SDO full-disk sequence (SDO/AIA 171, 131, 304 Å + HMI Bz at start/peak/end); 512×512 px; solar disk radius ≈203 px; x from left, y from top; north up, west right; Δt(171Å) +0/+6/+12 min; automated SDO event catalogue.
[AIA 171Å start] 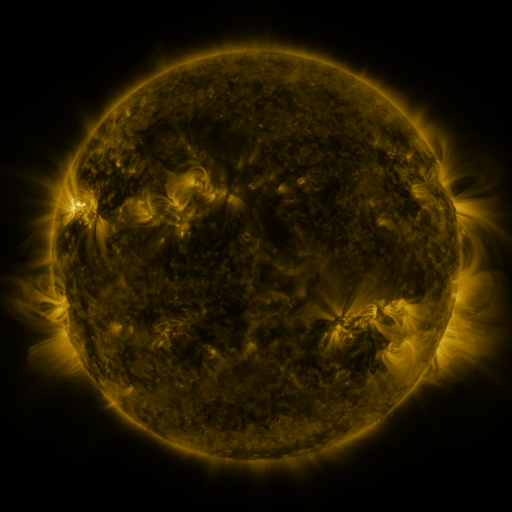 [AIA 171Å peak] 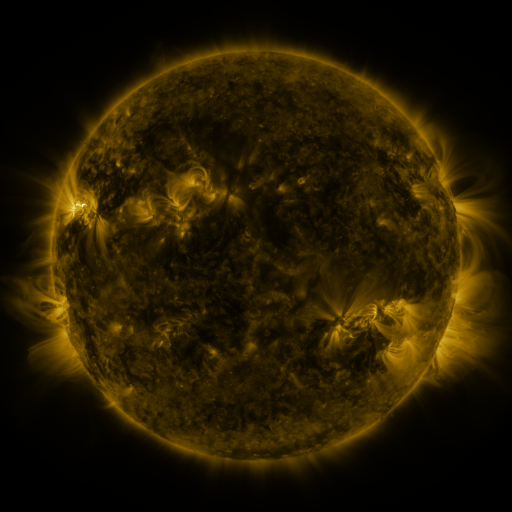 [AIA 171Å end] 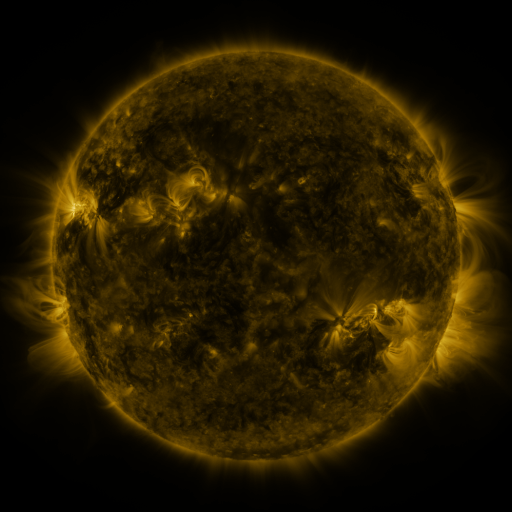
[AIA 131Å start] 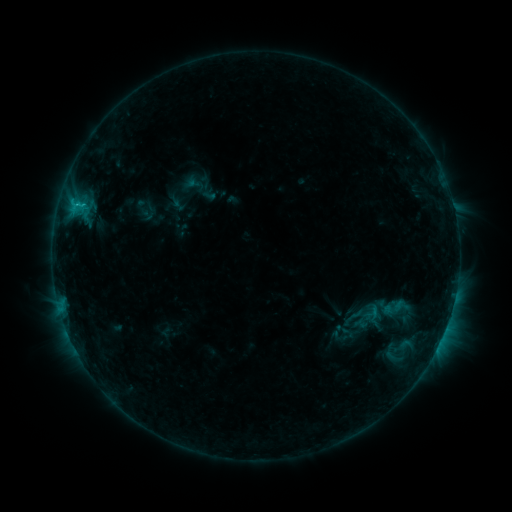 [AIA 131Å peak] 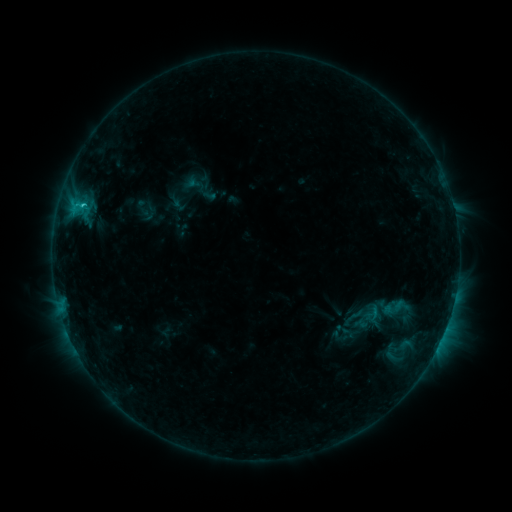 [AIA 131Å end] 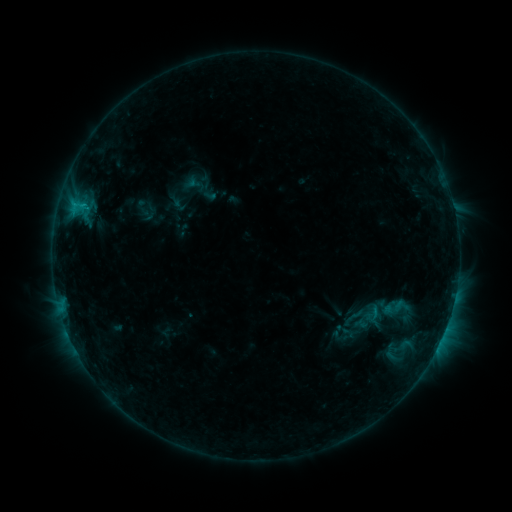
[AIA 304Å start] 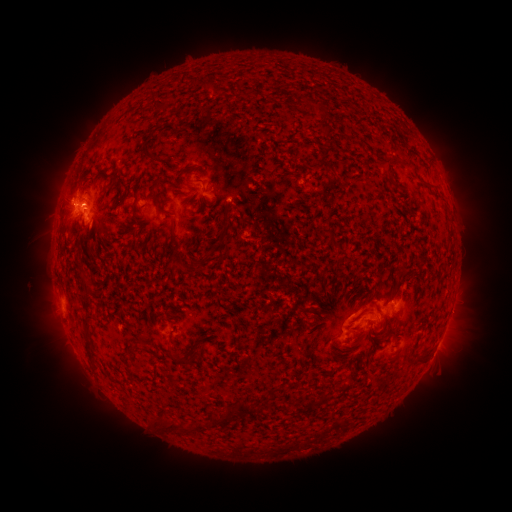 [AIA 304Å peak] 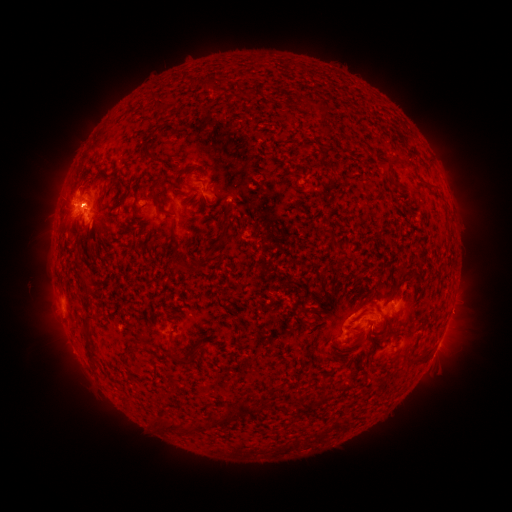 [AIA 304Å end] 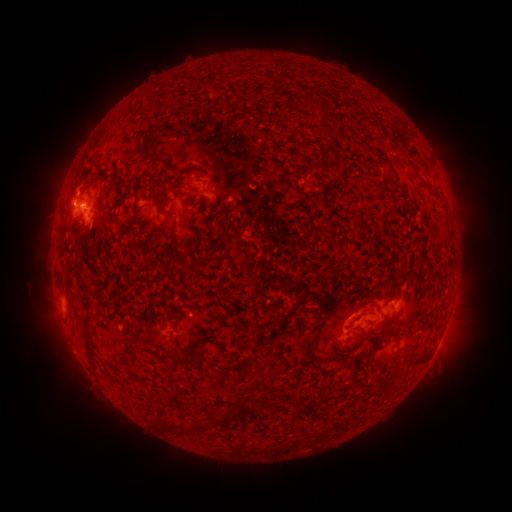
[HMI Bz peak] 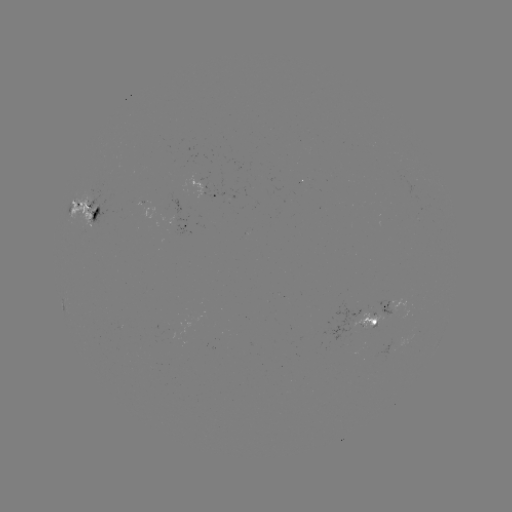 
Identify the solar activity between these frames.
C1.2 flare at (81, 211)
